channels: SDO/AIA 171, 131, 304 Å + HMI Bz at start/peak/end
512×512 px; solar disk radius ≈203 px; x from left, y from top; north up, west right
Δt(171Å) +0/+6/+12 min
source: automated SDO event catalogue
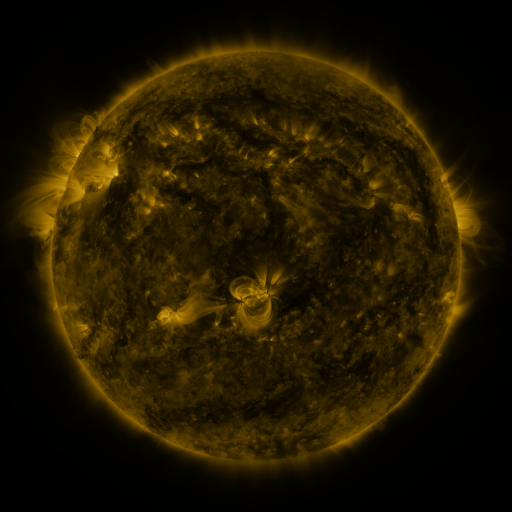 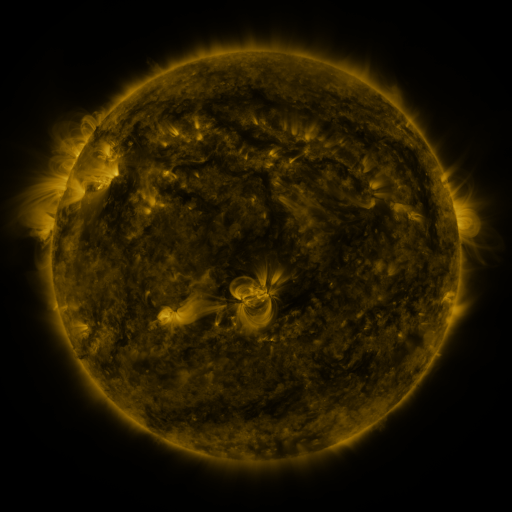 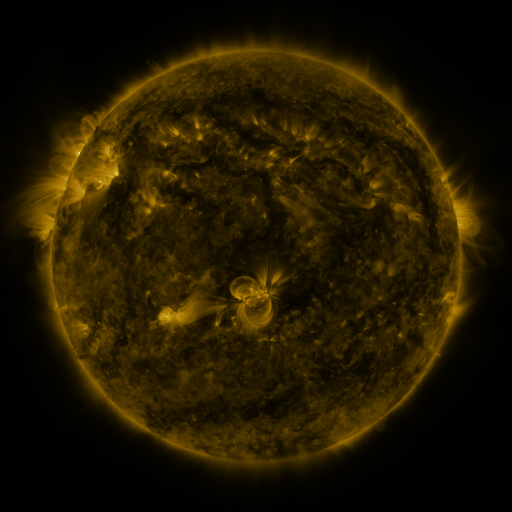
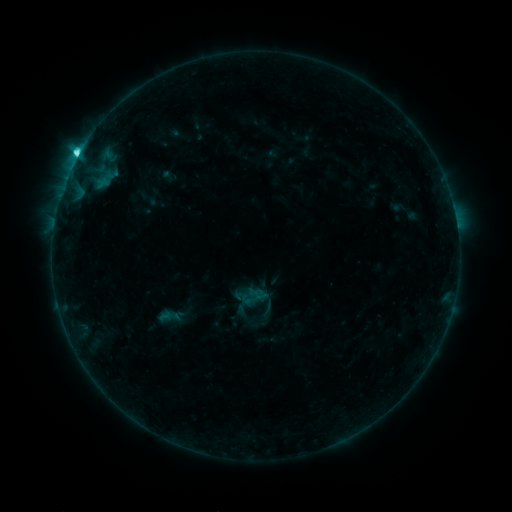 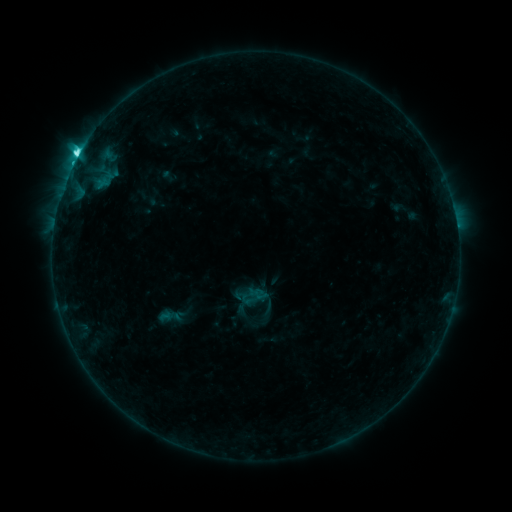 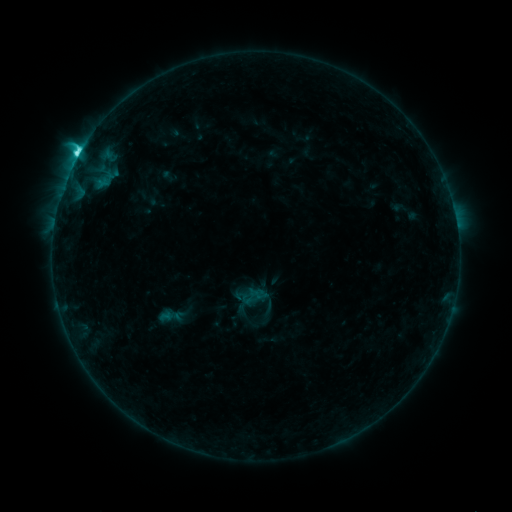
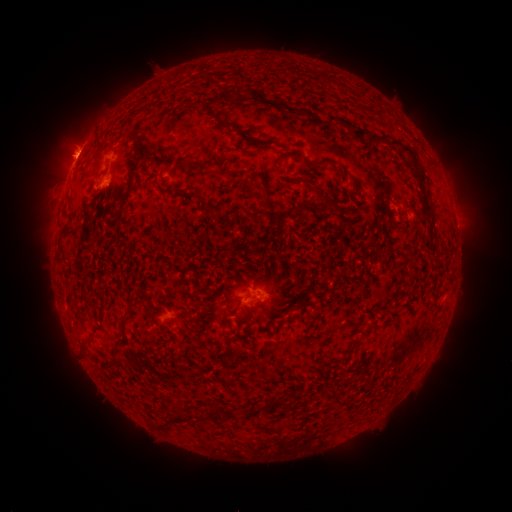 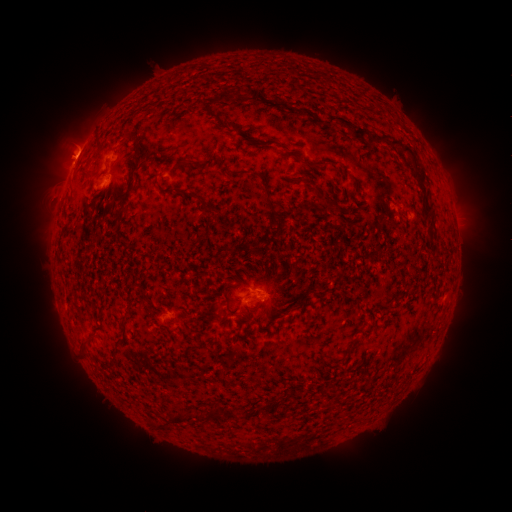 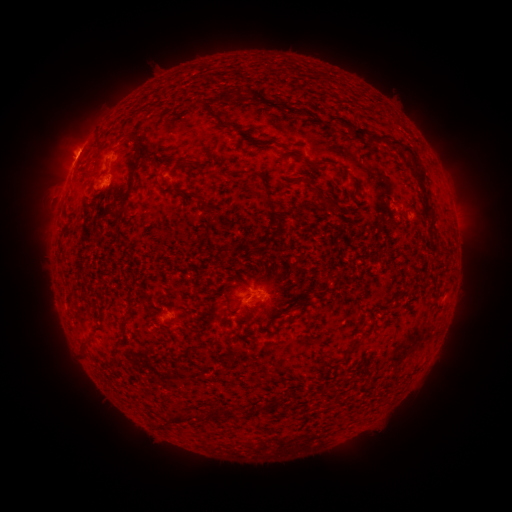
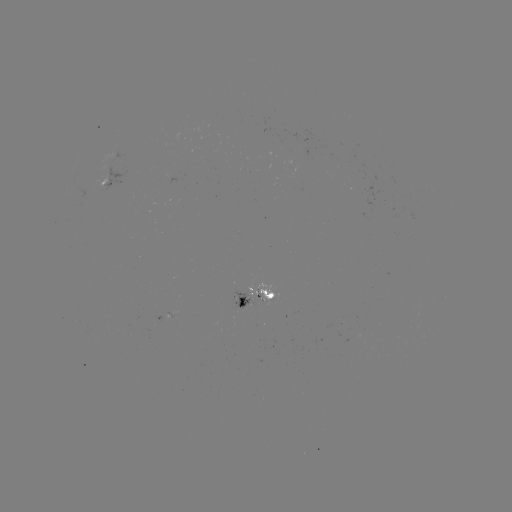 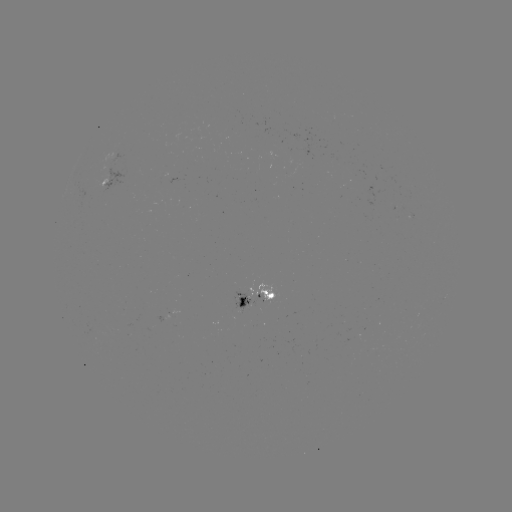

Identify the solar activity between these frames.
C5.3 flare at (78, 156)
